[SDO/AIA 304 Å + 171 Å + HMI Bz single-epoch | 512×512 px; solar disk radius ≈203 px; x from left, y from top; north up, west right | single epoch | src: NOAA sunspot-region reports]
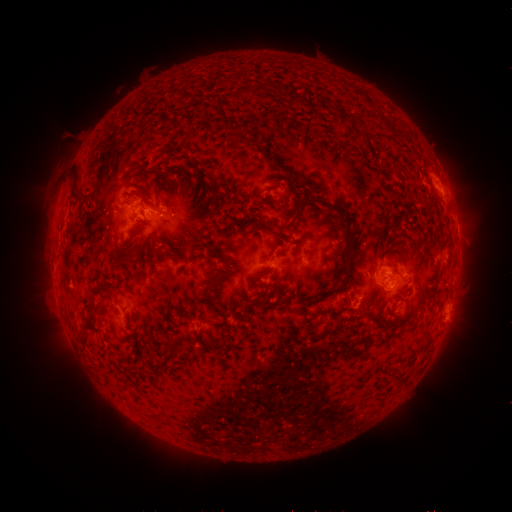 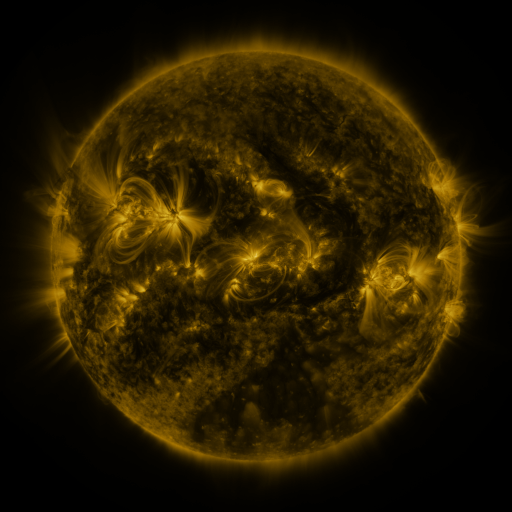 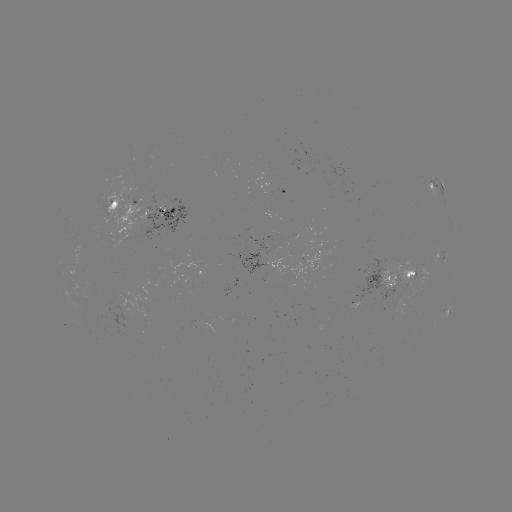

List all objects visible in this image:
spotted active region: (438, 189)
spotted active region: (287, 193)
spotted active region: (145, 210)
spotted active region: (445, 258)
spotted active region: (311, 260)
spotted active region: (270, 263)
spotted active region: (395, 276)
spotted active region: (447, 311)
